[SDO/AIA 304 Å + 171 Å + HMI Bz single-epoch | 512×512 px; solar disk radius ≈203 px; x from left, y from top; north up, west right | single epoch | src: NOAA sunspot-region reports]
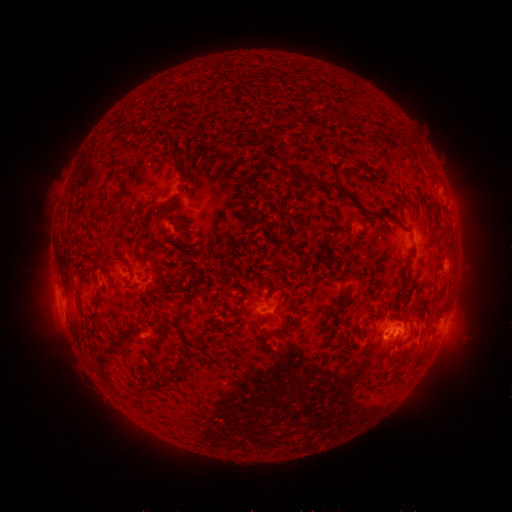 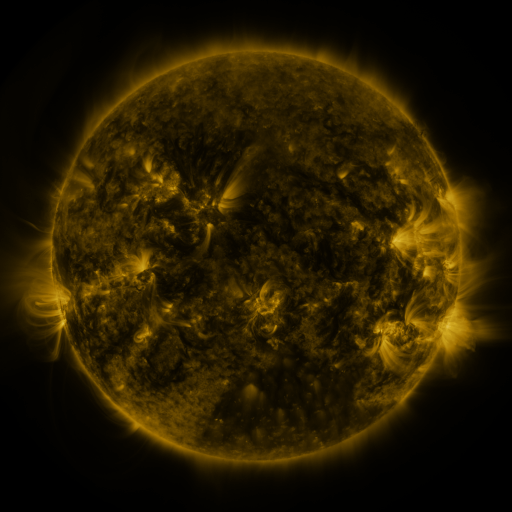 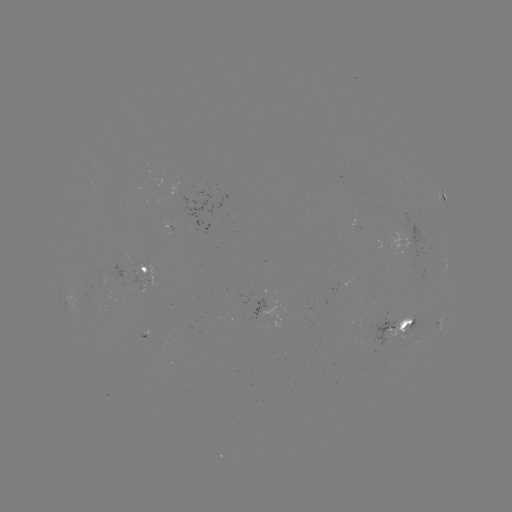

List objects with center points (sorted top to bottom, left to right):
spotted active region: (445, 196)
spotted active region: (360, 228)
spotted active region: (148, 267)
spotted active region: (283, 309)
spotted active region: (441, 322)
spotted active region: (404, 326)
